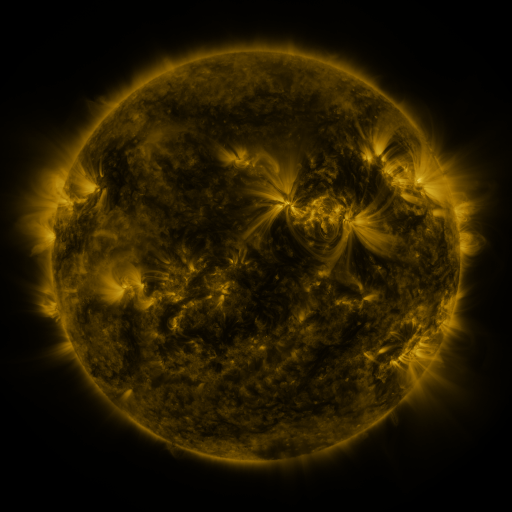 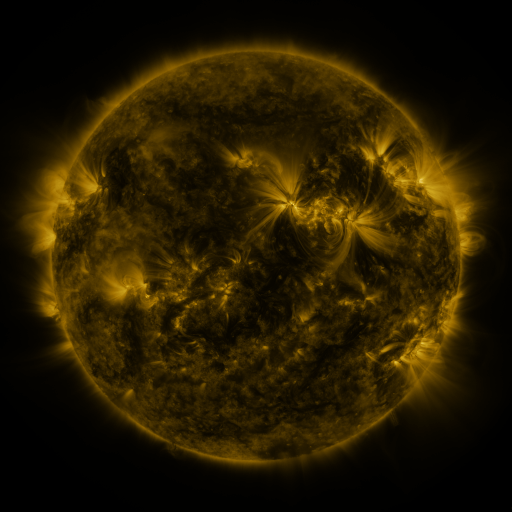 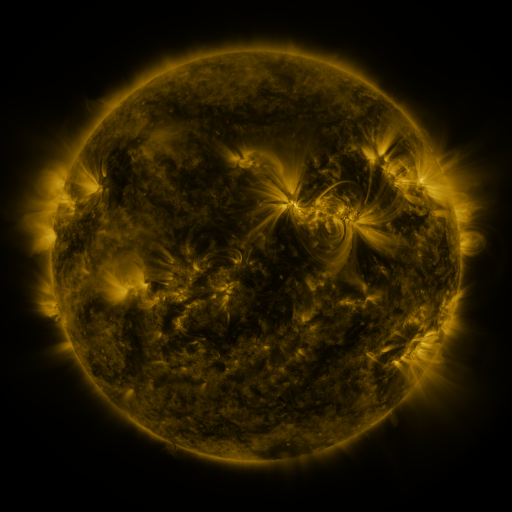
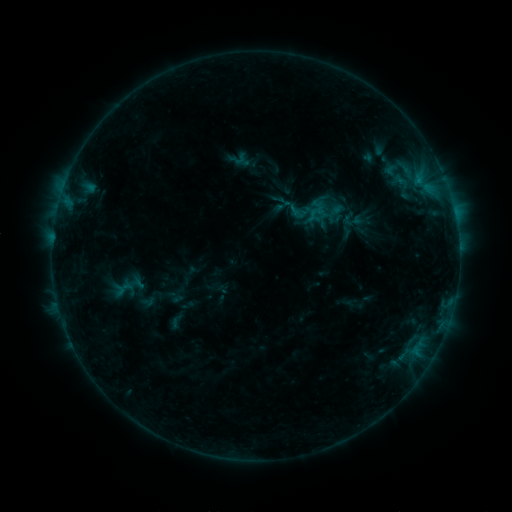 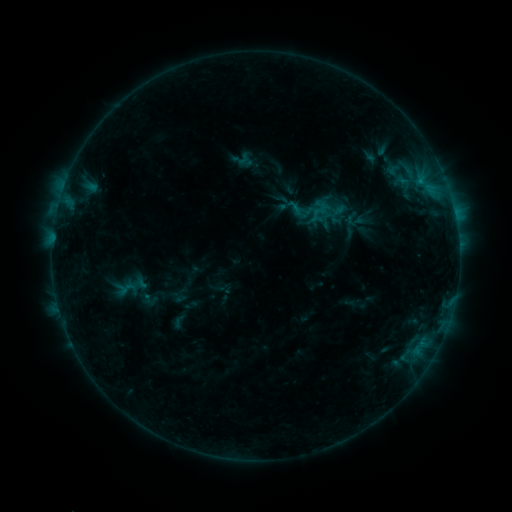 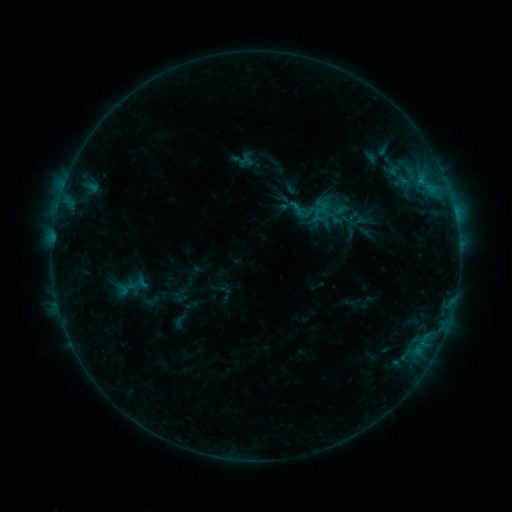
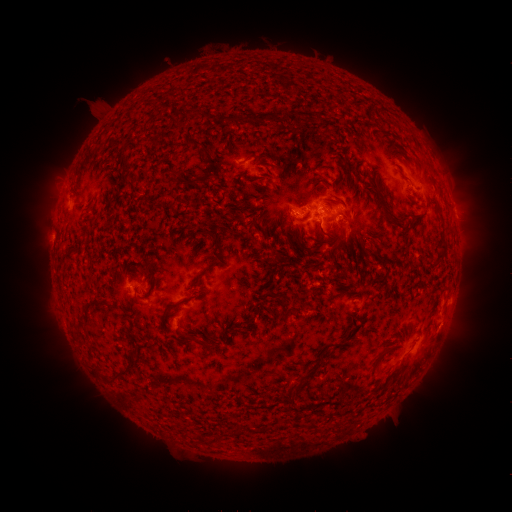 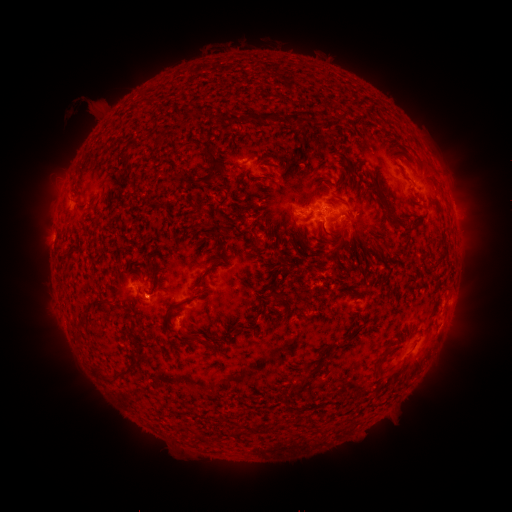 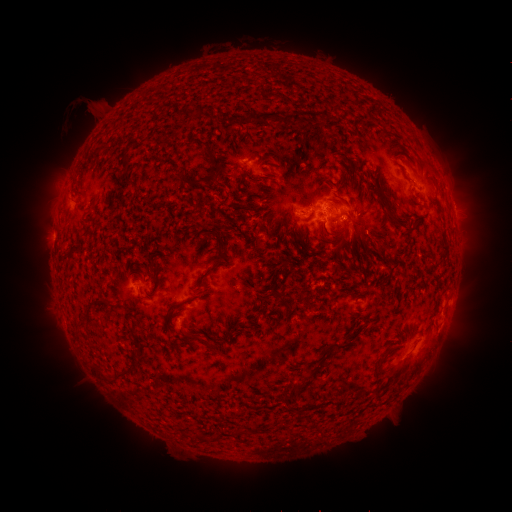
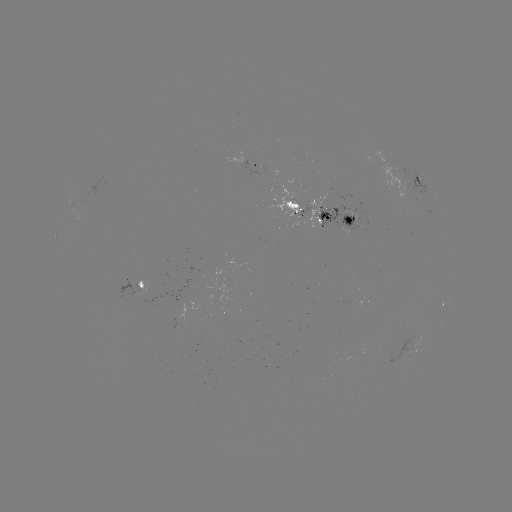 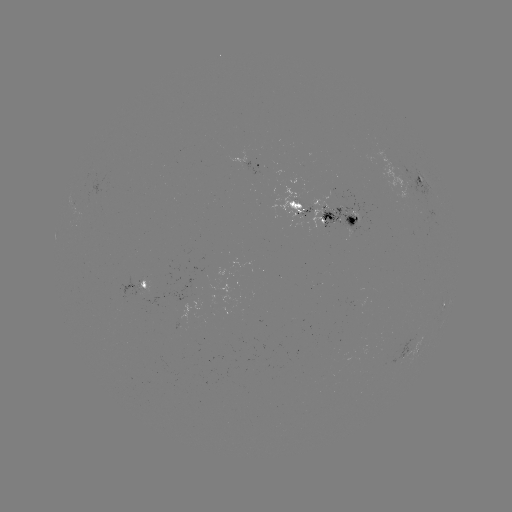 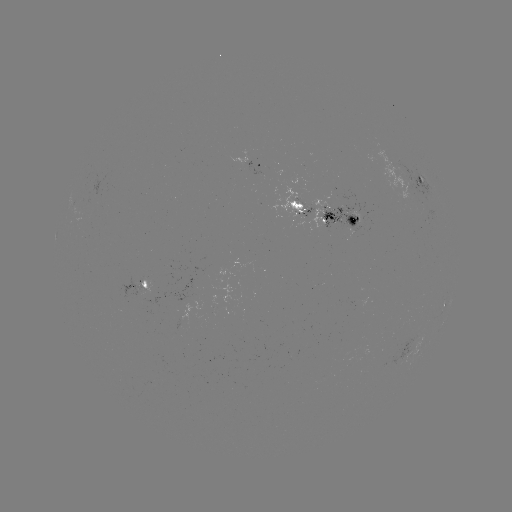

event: emerging-flux region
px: (356, 296)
